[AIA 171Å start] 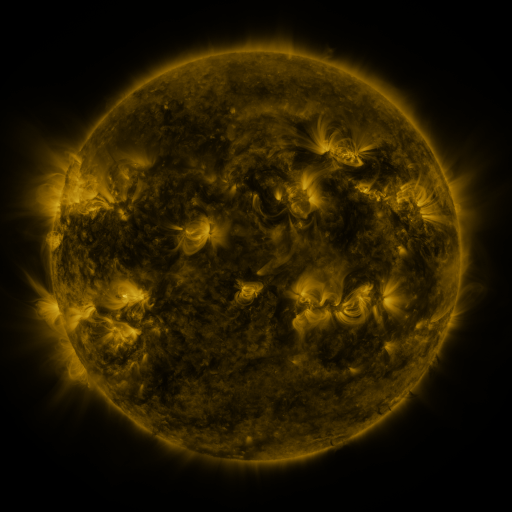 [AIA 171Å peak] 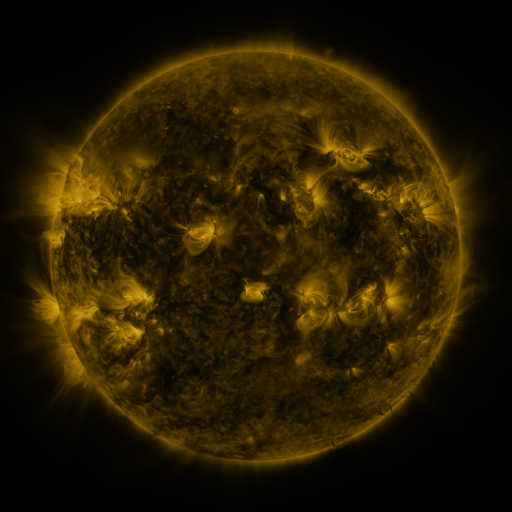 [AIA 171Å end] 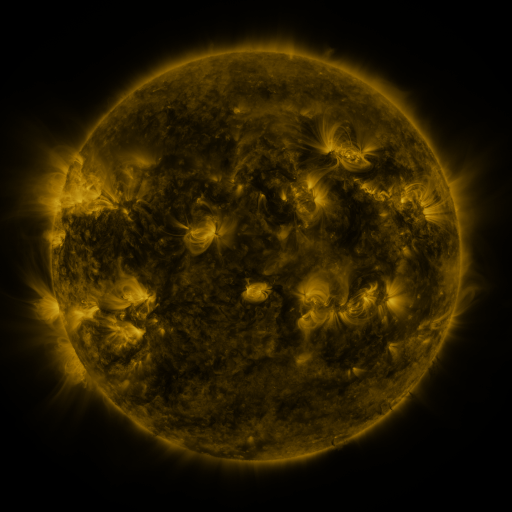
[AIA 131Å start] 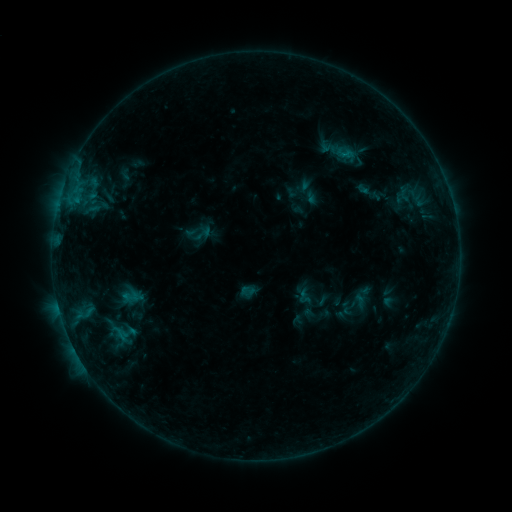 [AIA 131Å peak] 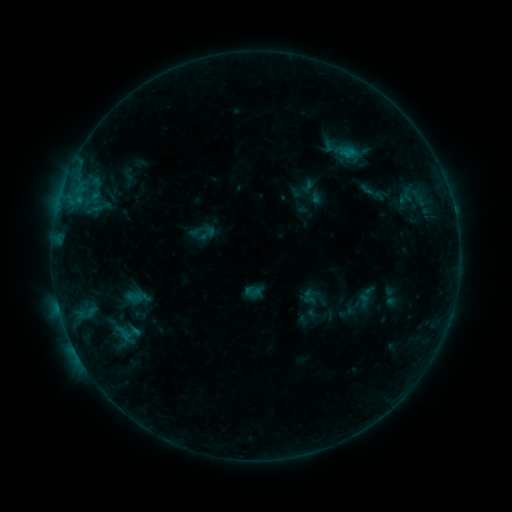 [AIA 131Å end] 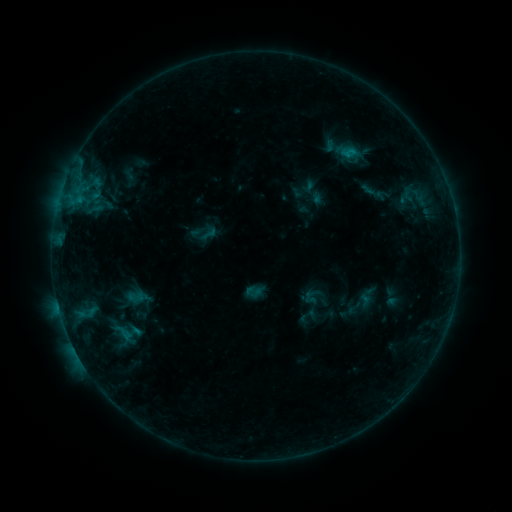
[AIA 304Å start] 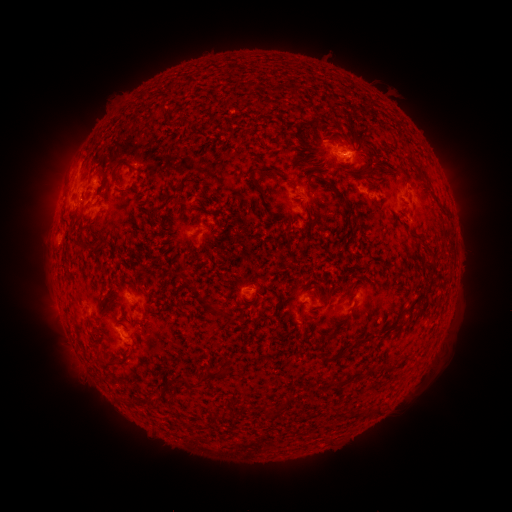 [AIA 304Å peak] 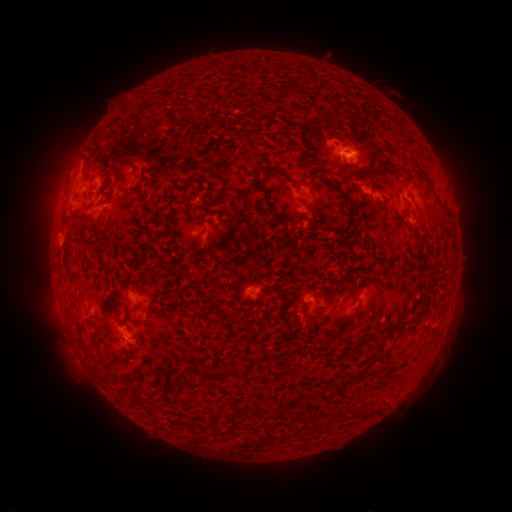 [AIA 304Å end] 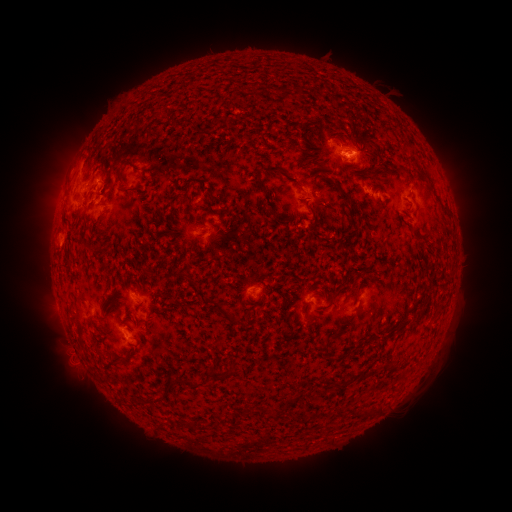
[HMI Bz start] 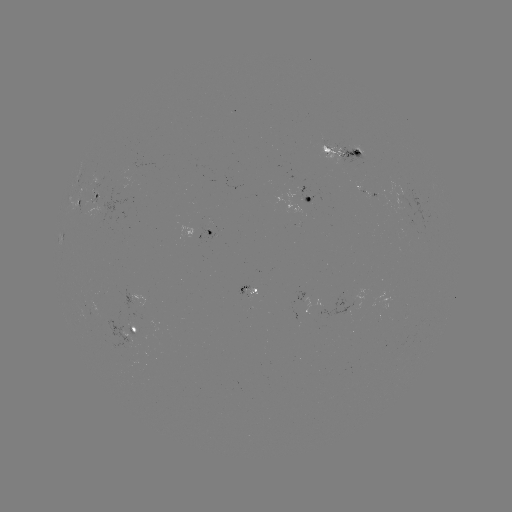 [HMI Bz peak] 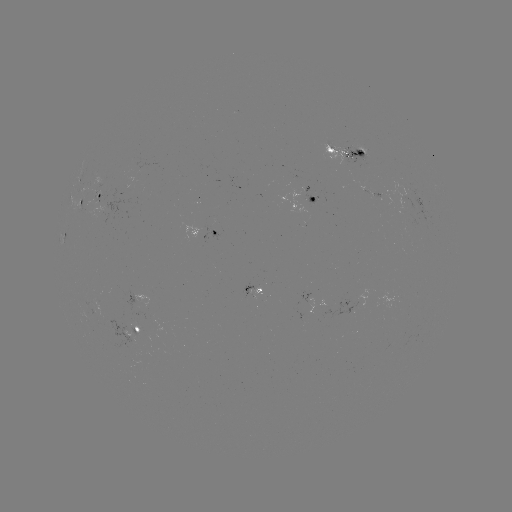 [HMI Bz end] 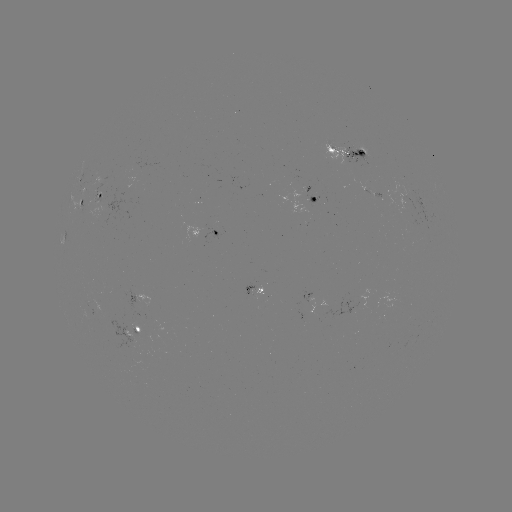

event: emerging-flux region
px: (249, 291)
